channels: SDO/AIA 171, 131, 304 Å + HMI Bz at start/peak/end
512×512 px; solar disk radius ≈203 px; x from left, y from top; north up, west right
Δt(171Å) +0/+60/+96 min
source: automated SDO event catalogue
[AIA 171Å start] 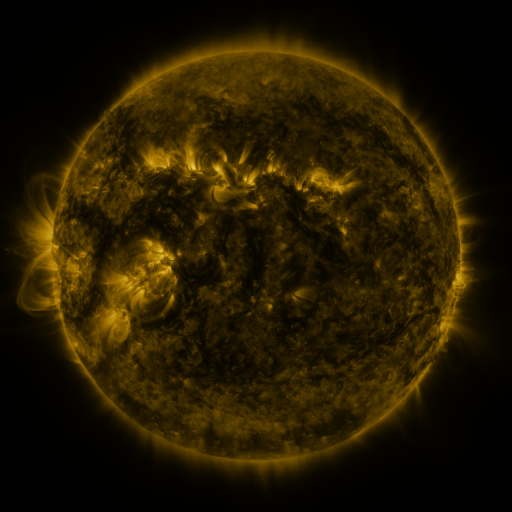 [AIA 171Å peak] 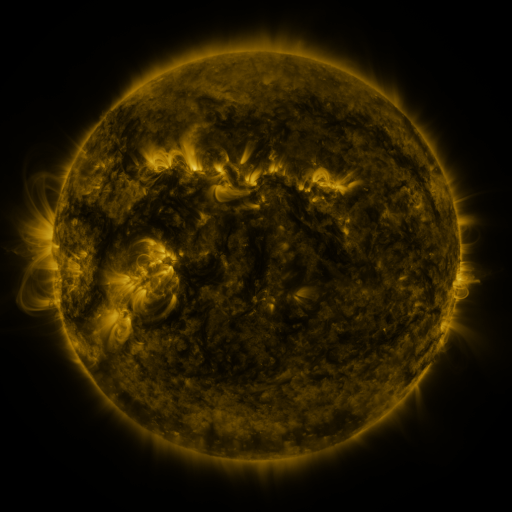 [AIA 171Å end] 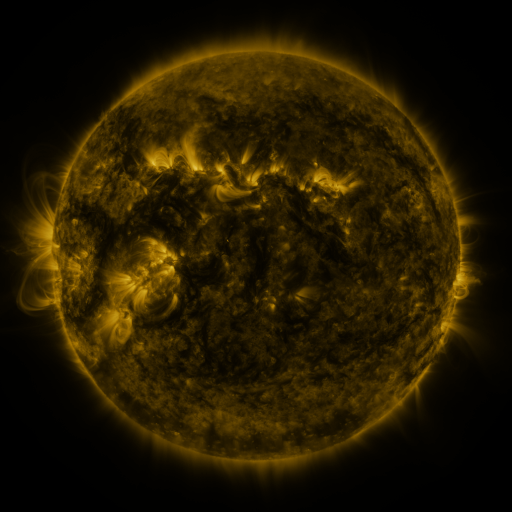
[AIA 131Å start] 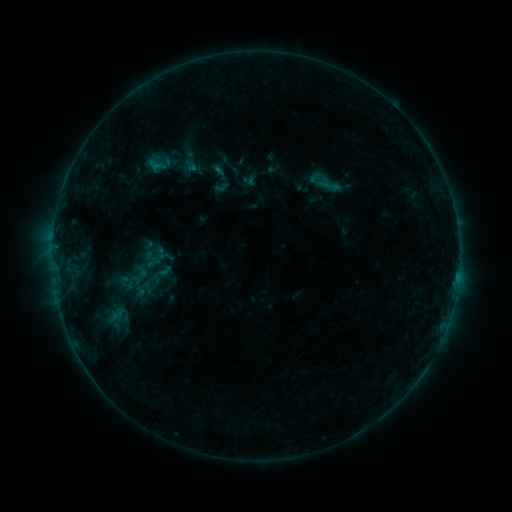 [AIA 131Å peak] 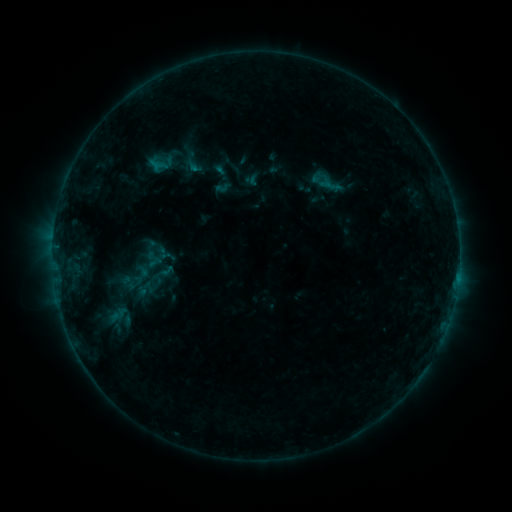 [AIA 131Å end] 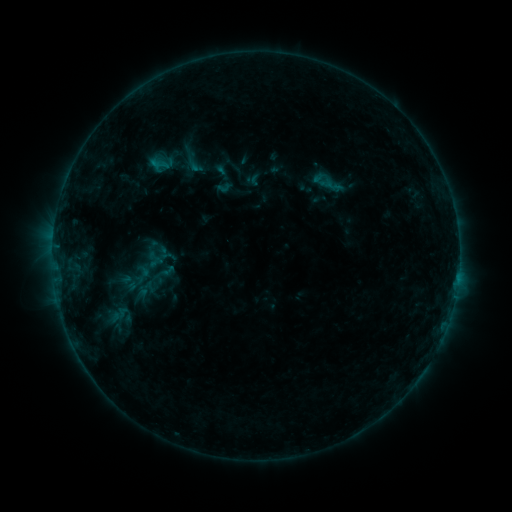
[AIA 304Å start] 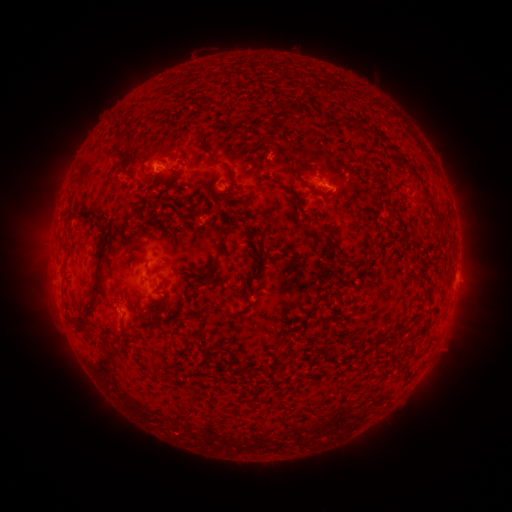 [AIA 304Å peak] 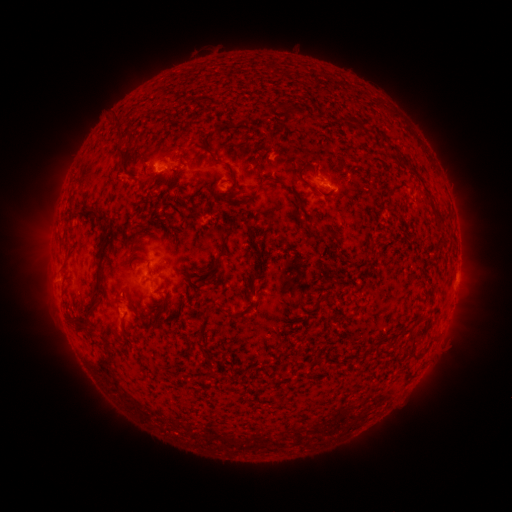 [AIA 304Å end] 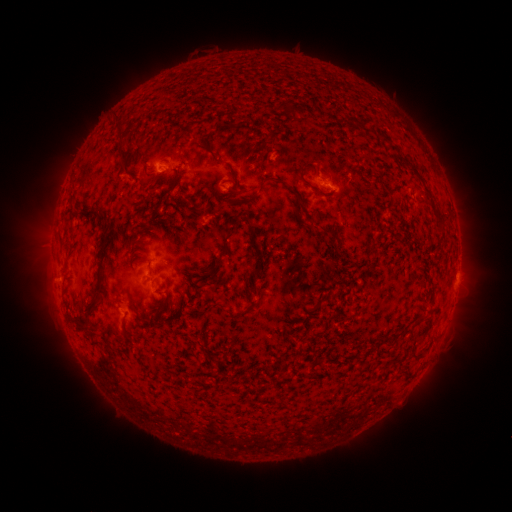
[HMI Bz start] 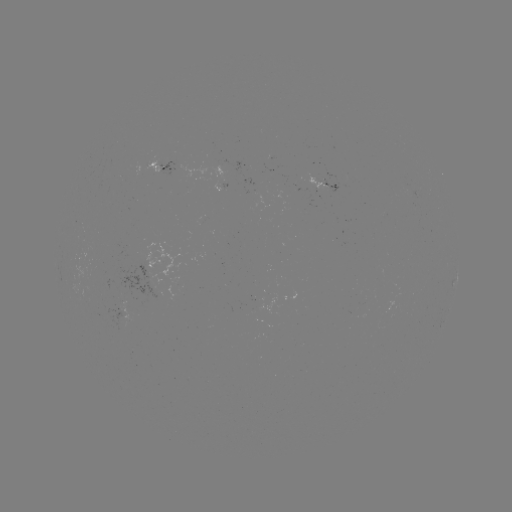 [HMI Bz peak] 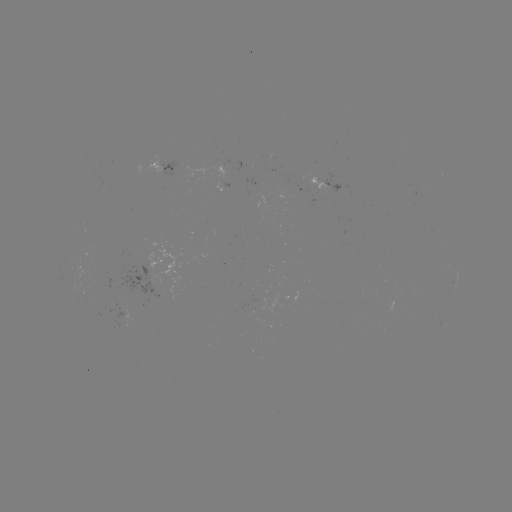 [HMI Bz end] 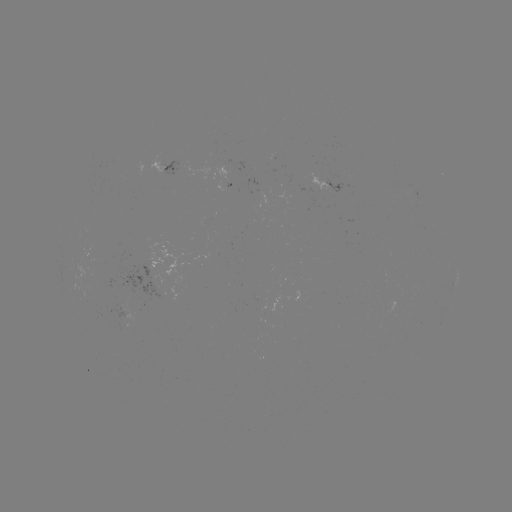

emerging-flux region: <bbox>297, 173, 328, 194</bbox>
